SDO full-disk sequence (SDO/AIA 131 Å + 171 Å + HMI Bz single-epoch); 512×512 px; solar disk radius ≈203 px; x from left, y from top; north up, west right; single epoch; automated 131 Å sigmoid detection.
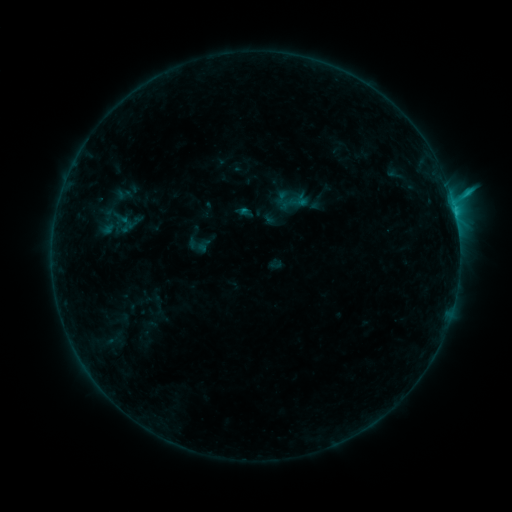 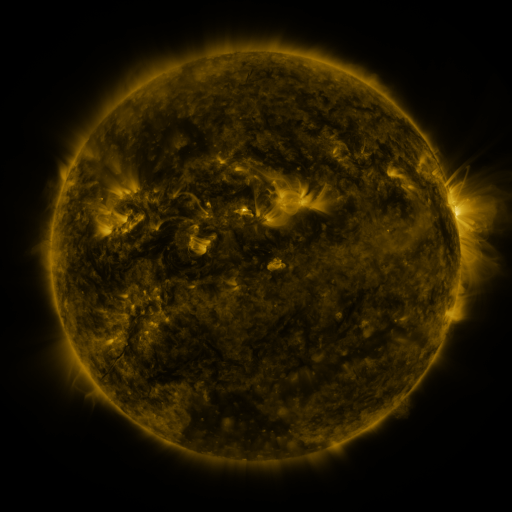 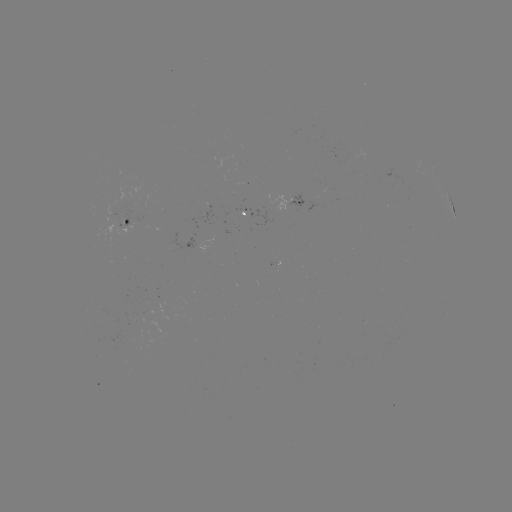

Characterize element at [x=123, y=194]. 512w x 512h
sigmoid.